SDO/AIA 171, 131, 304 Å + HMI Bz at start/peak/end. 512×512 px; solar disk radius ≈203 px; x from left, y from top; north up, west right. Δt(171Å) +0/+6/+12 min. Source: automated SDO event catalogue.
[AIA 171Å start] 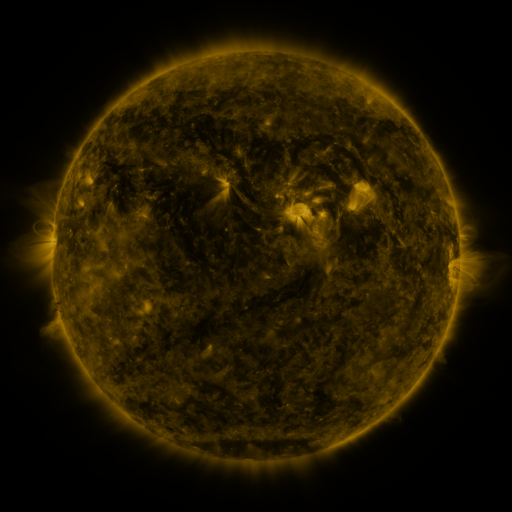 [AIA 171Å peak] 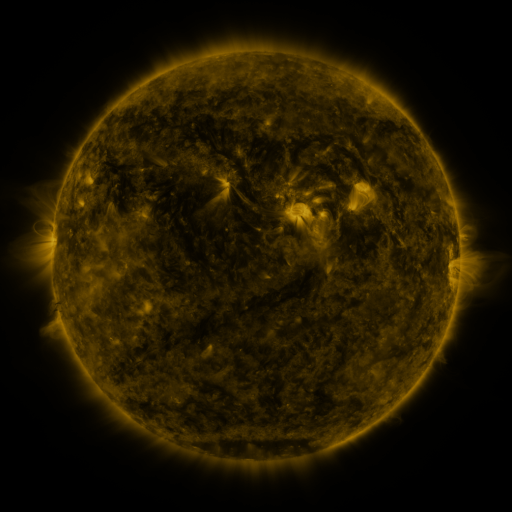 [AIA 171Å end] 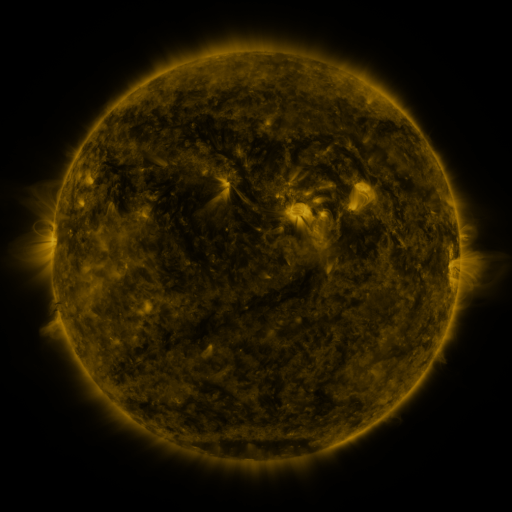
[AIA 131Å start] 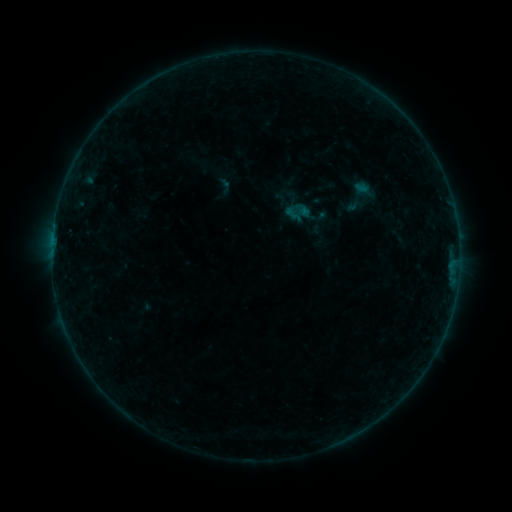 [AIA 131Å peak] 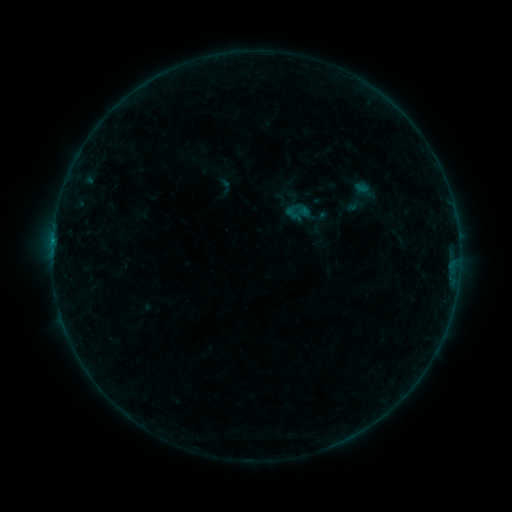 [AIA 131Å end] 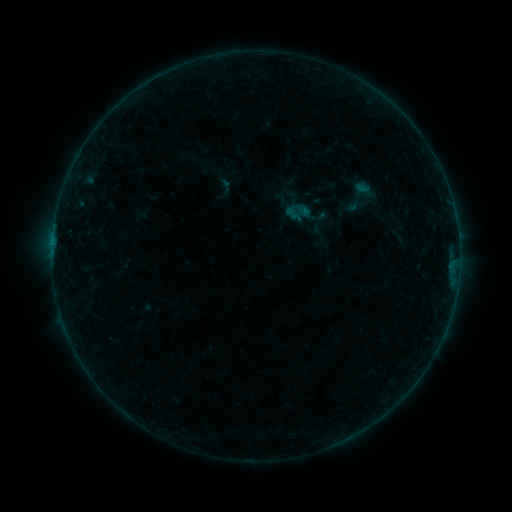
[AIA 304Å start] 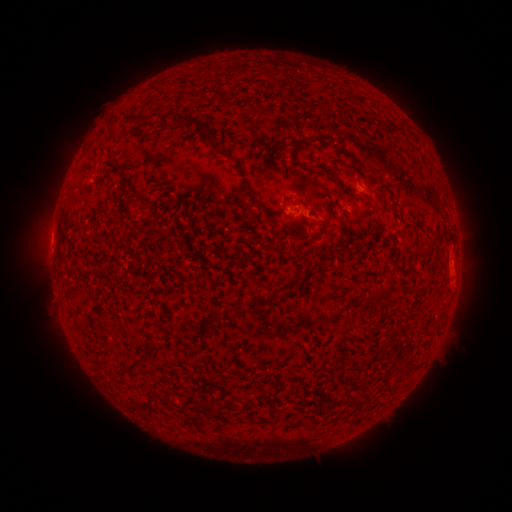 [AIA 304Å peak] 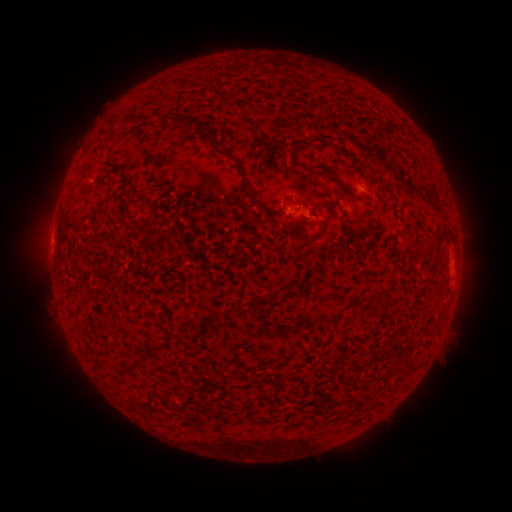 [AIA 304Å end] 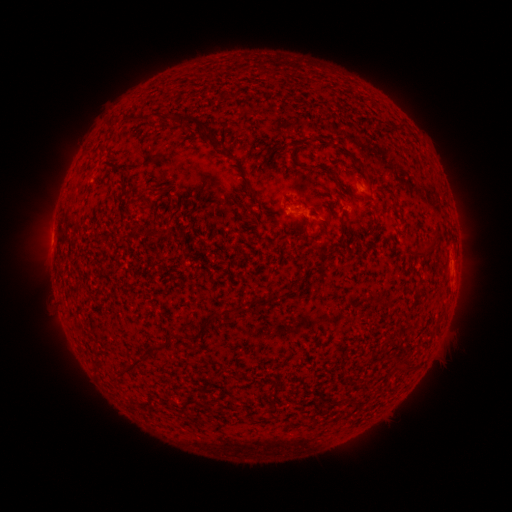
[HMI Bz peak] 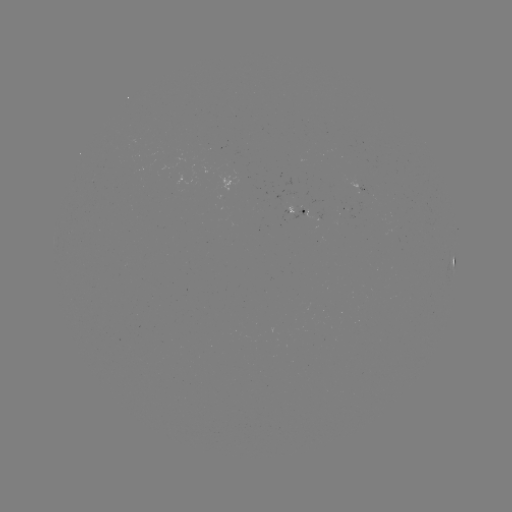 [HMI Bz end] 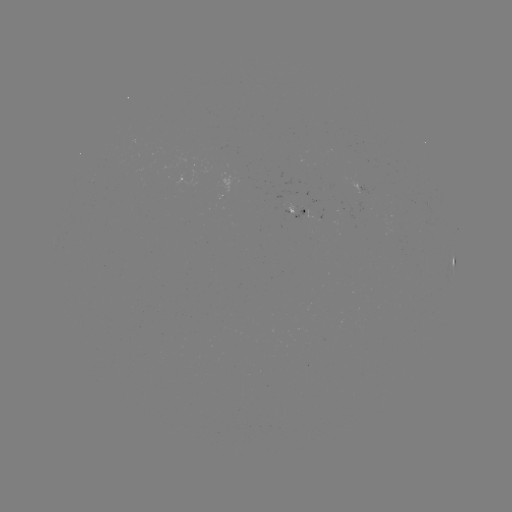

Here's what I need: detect B1.5 flare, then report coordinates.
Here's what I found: B1.5 flare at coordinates [53, 241].